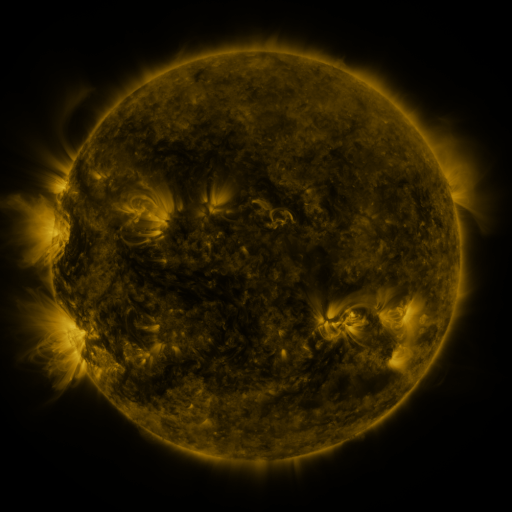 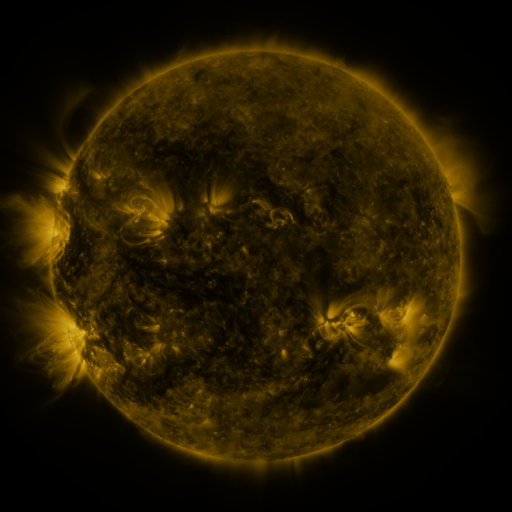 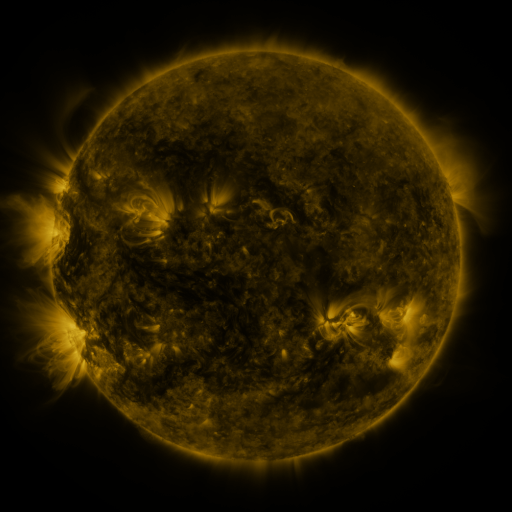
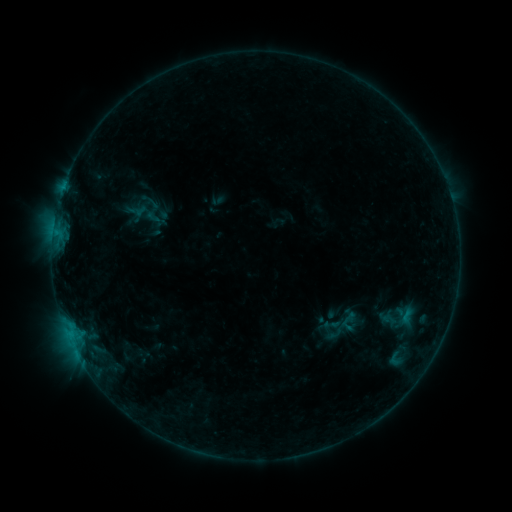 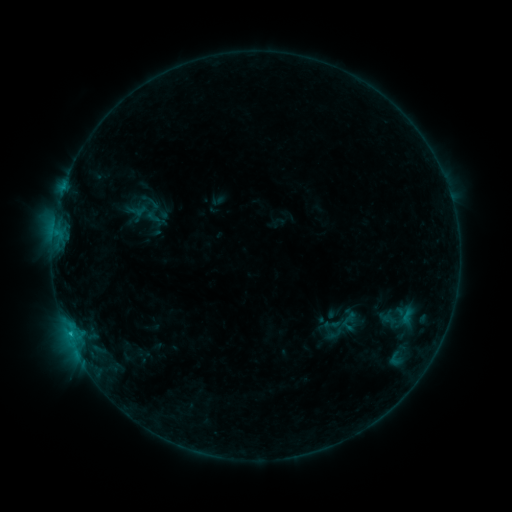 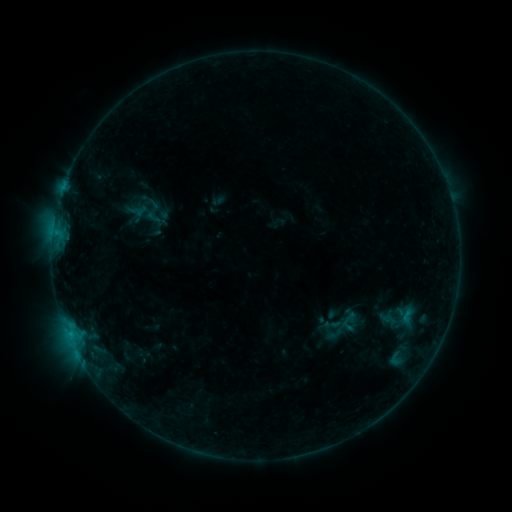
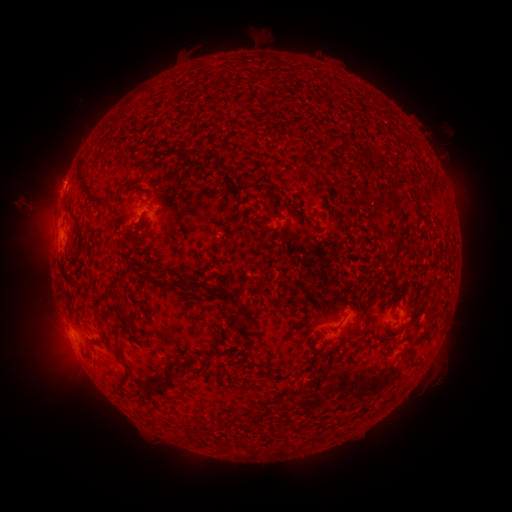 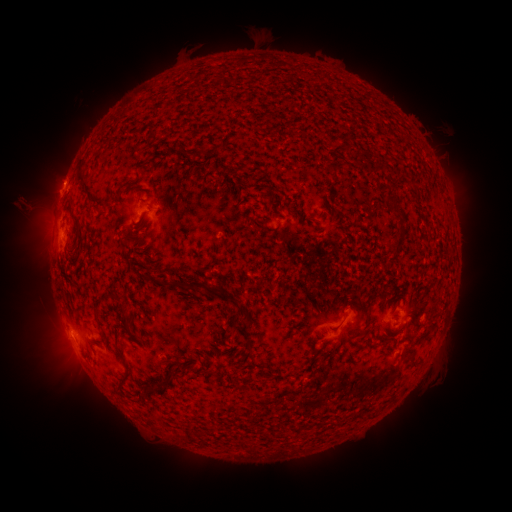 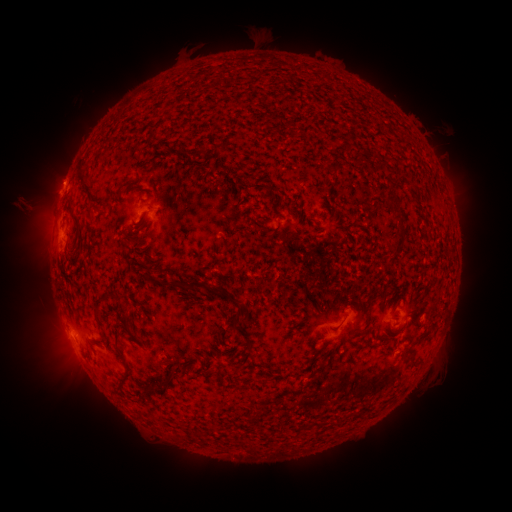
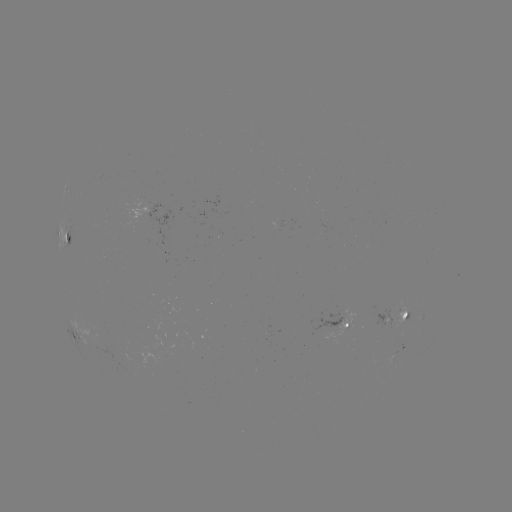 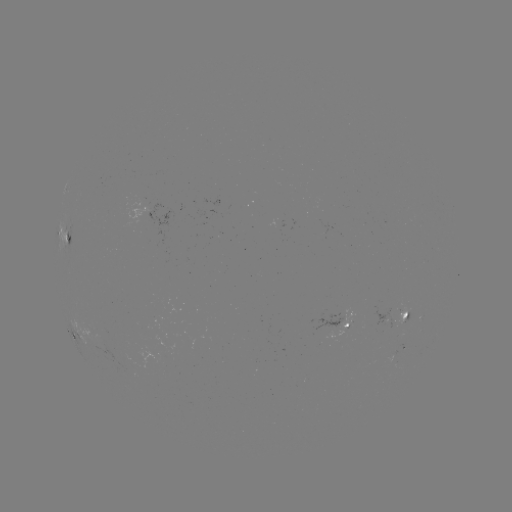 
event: flare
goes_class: B3.9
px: (71, 333)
